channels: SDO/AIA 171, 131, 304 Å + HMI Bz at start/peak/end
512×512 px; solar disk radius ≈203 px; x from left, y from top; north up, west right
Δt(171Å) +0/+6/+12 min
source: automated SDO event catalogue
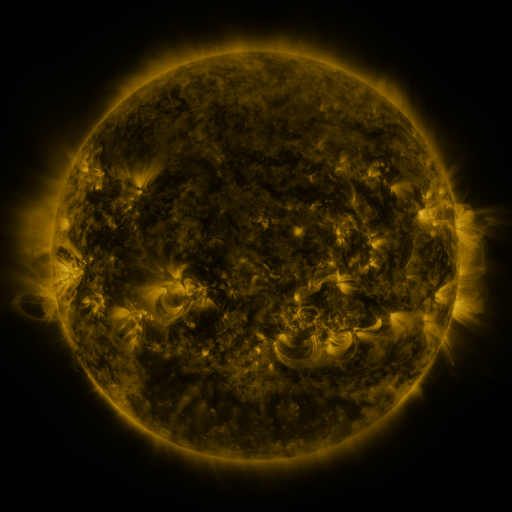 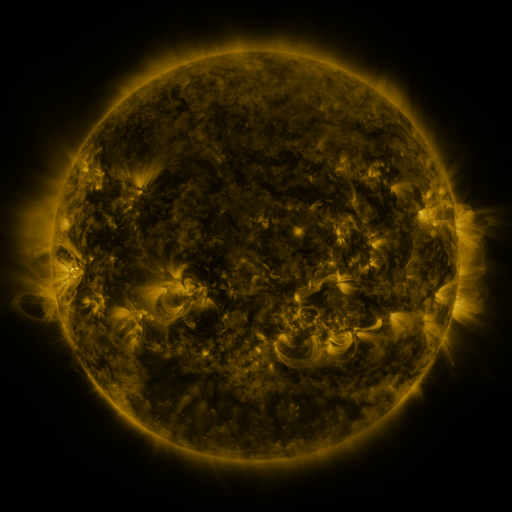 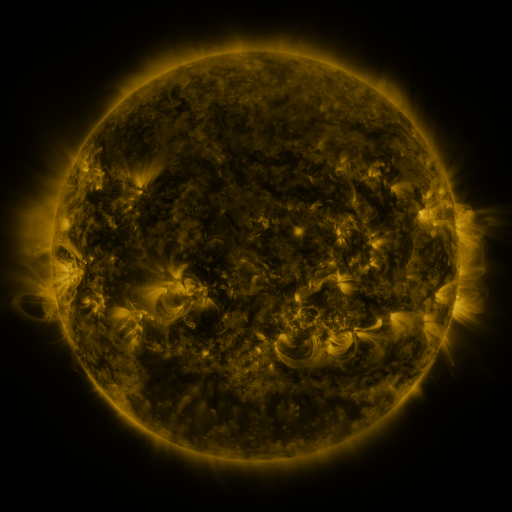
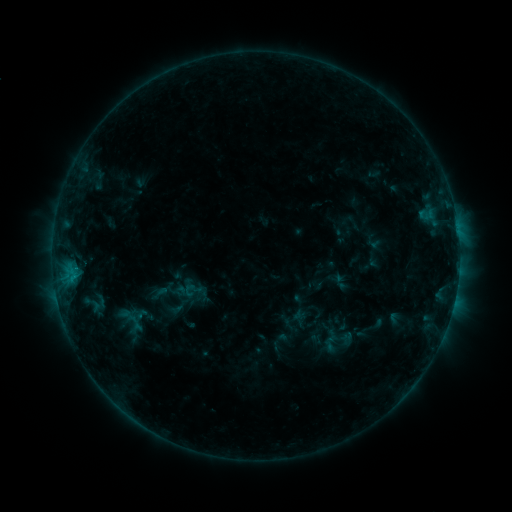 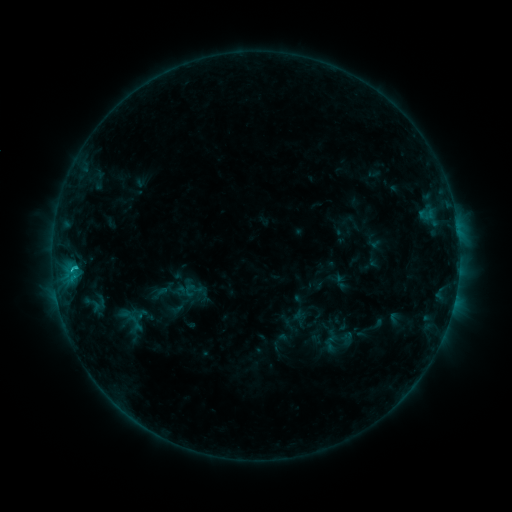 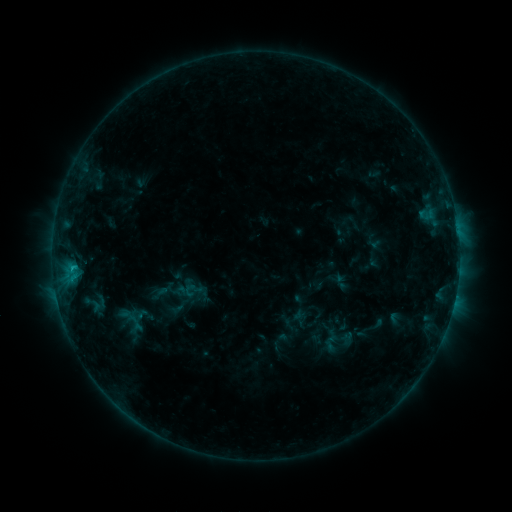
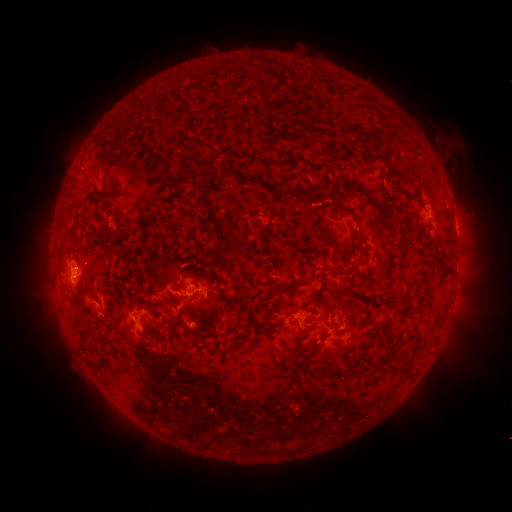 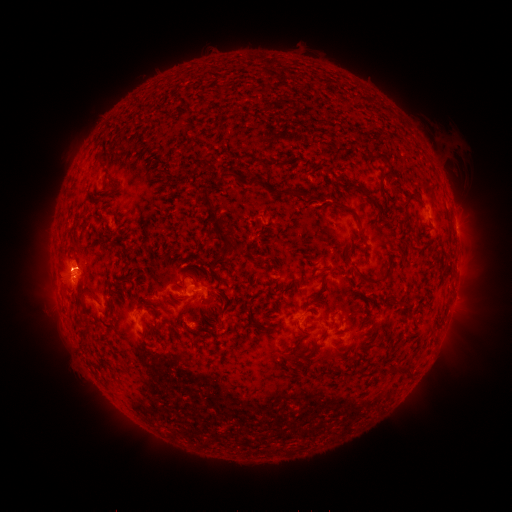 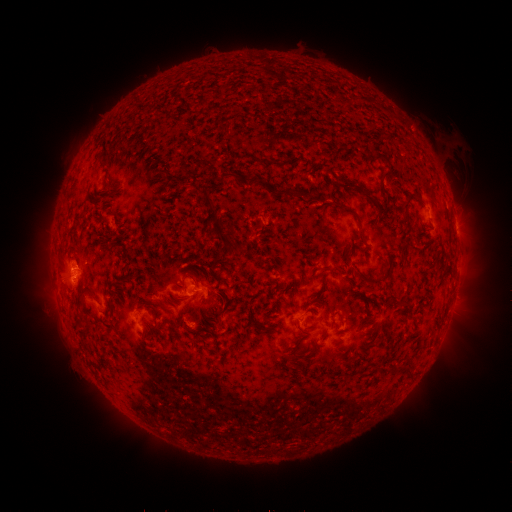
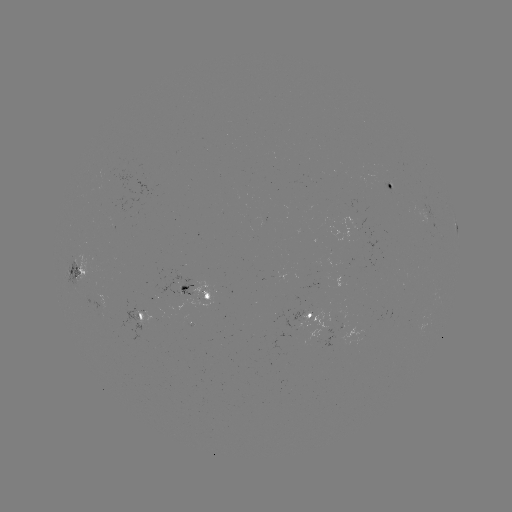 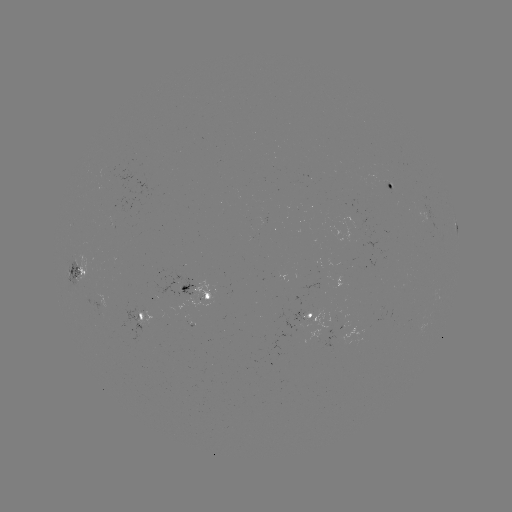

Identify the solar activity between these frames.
eruption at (59, 267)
